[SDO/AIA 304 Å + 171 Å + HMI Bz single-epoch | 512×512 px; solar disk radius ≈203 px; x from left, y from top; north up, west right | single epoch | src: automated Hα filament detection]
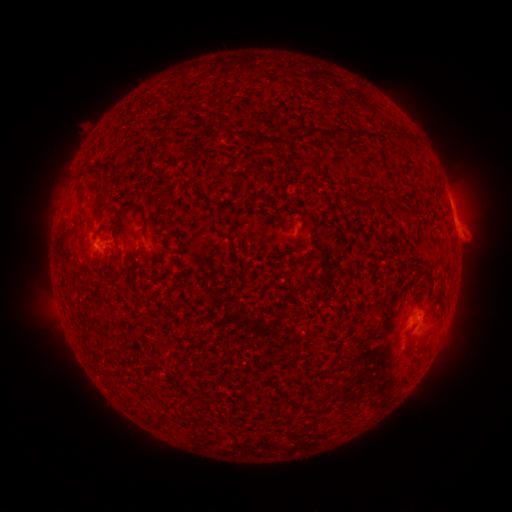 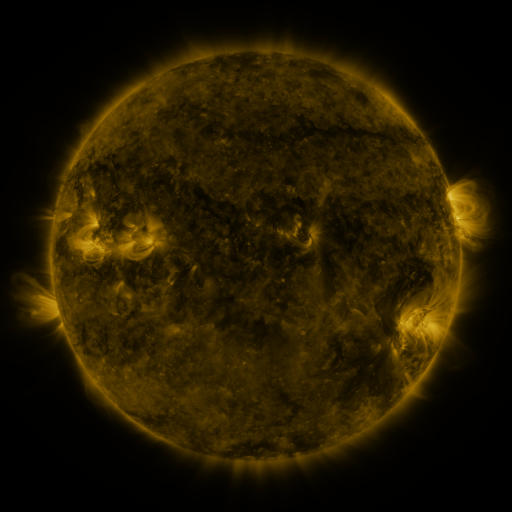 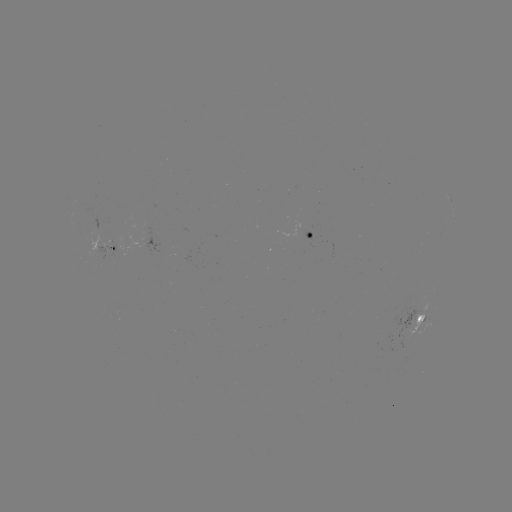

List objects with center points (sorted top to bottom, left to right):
filament: (340, 129)
filament: (398, 134)
filament: (272, 142)
filament: (395, 205)
filament: (136, 207)
filament: (221, 211)
filament: (113, 271)
